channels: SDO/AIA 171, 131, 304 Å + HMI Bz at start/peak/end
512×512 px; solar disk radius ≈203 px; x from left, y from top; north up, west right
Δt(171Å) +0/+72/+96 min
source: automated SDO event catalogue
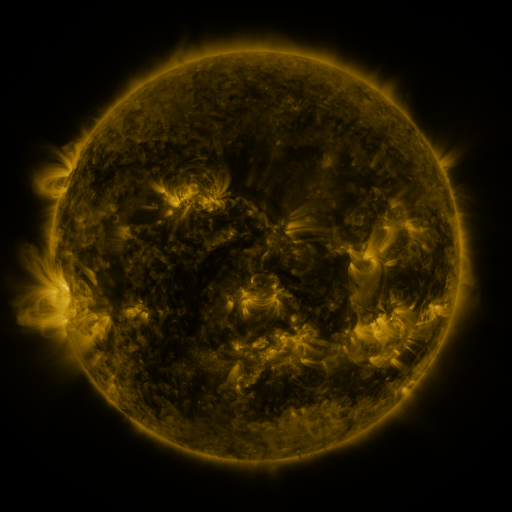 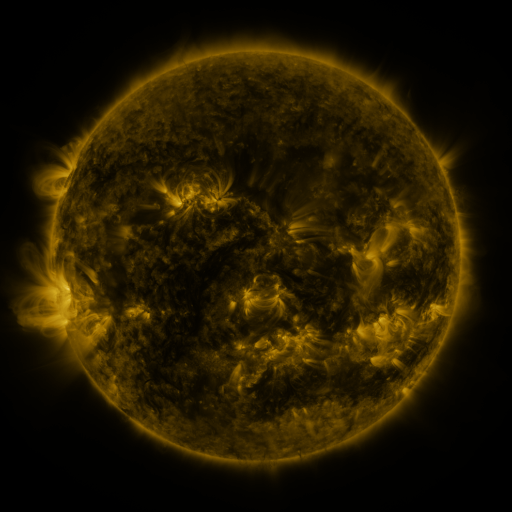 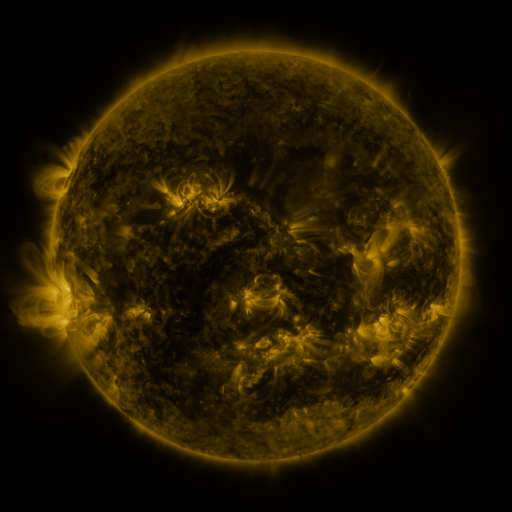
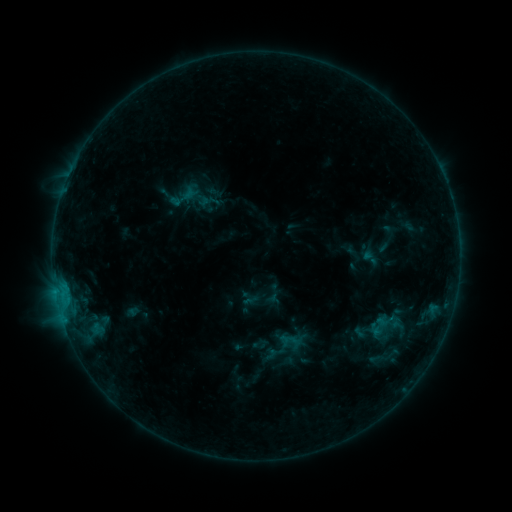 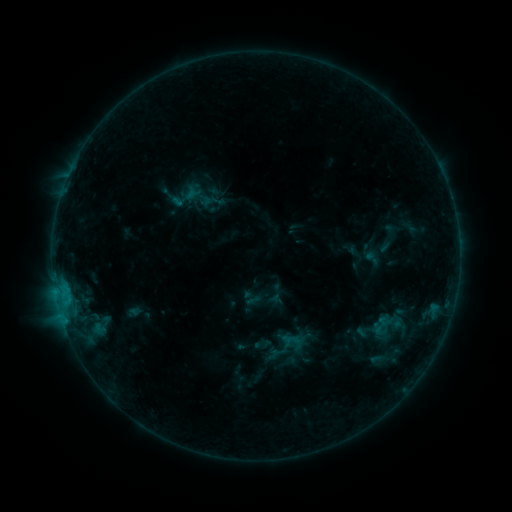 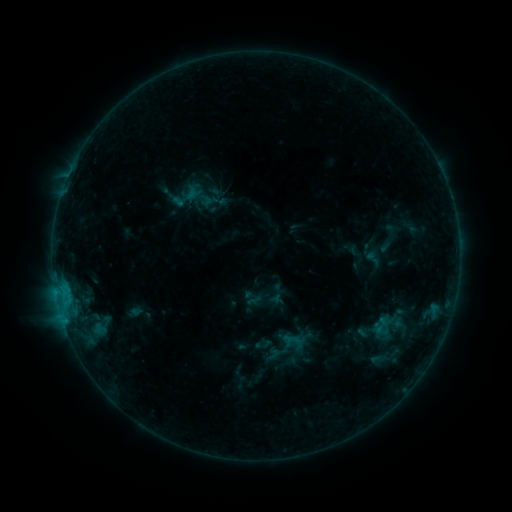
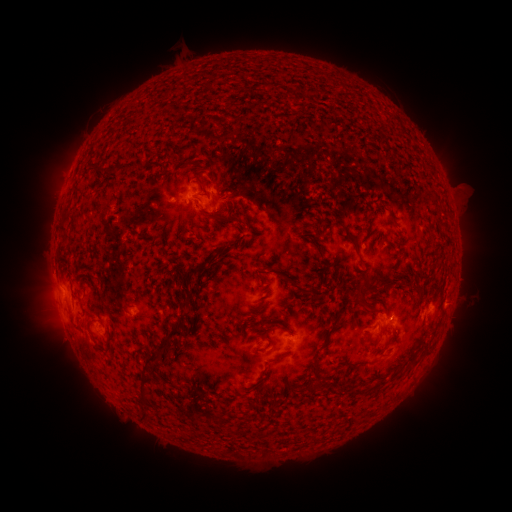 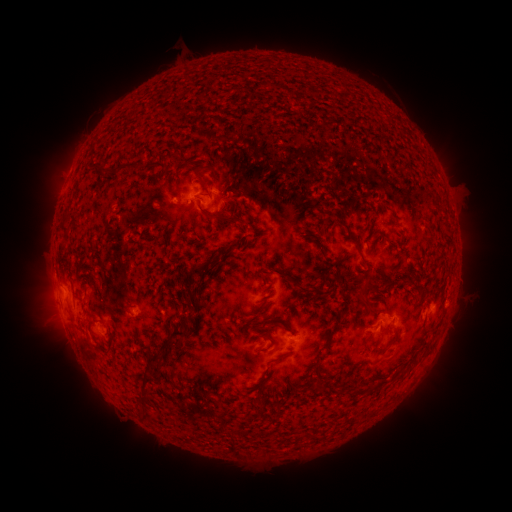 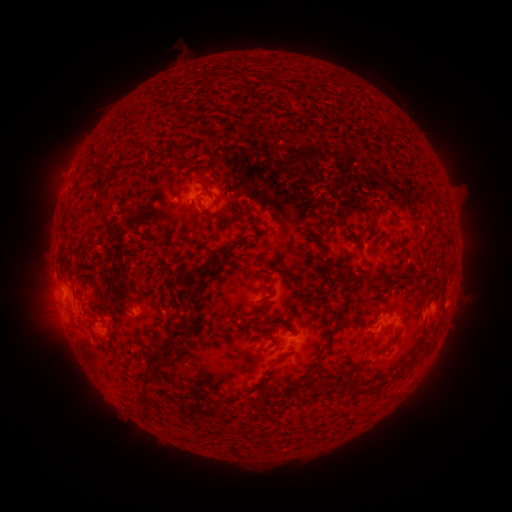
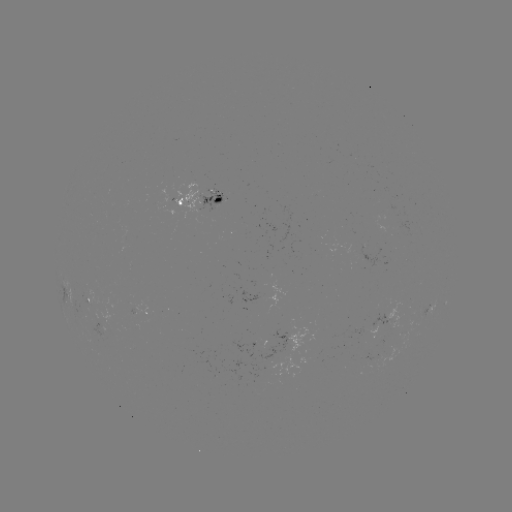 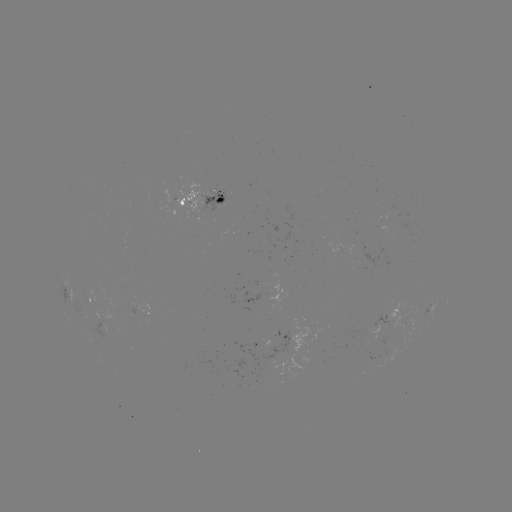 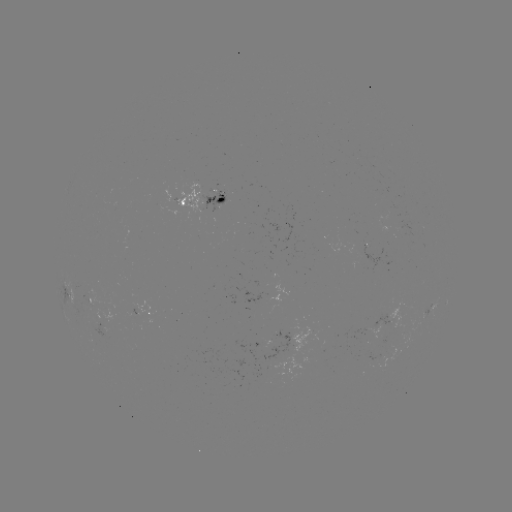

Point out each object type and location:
emerging-flux region: (191, 188)
